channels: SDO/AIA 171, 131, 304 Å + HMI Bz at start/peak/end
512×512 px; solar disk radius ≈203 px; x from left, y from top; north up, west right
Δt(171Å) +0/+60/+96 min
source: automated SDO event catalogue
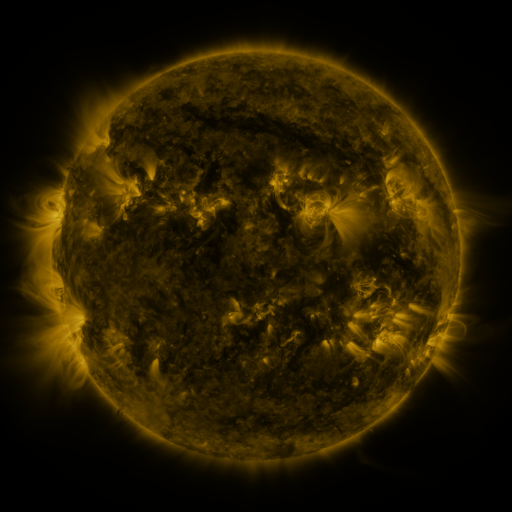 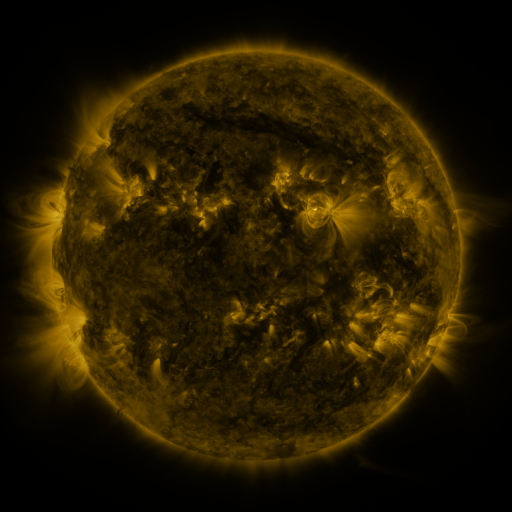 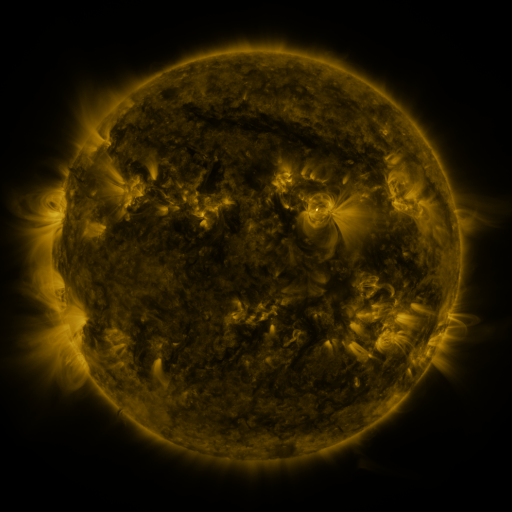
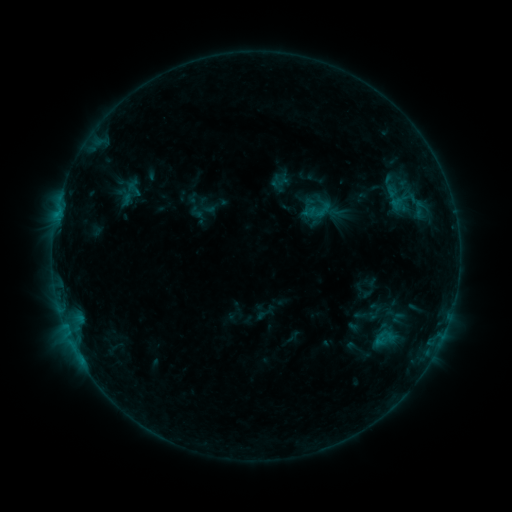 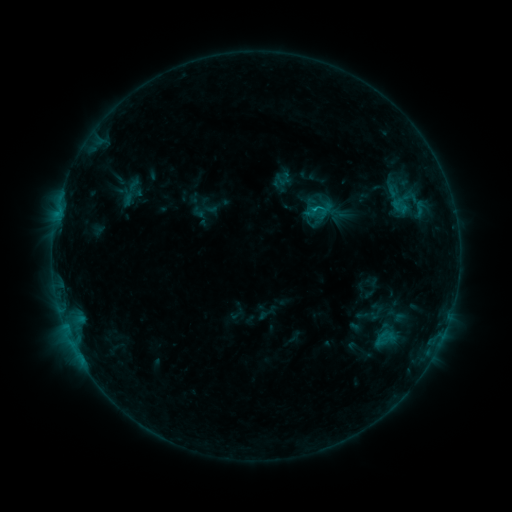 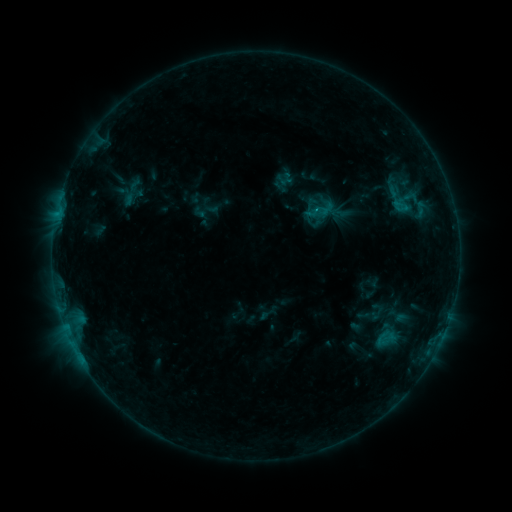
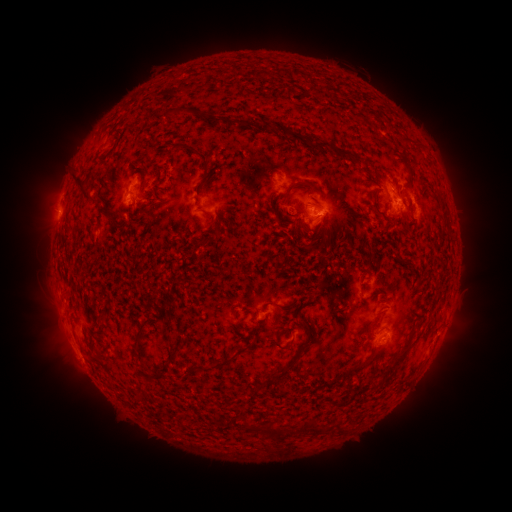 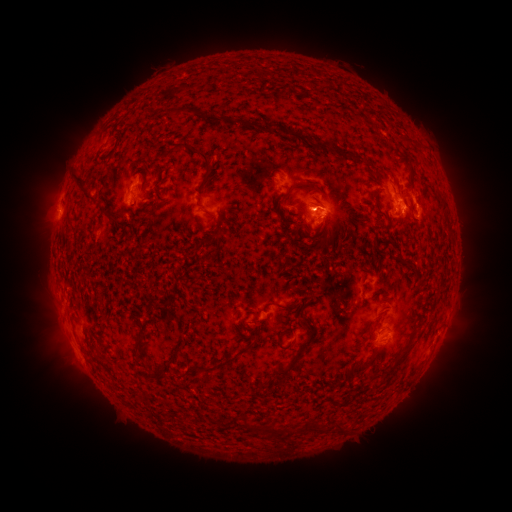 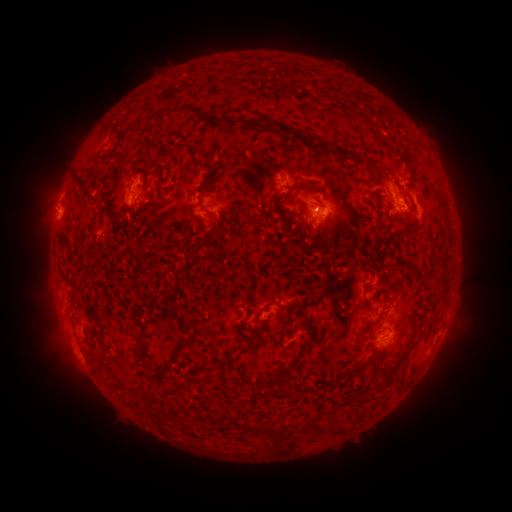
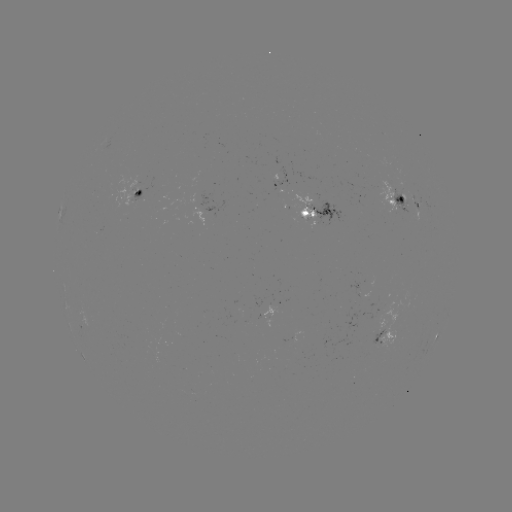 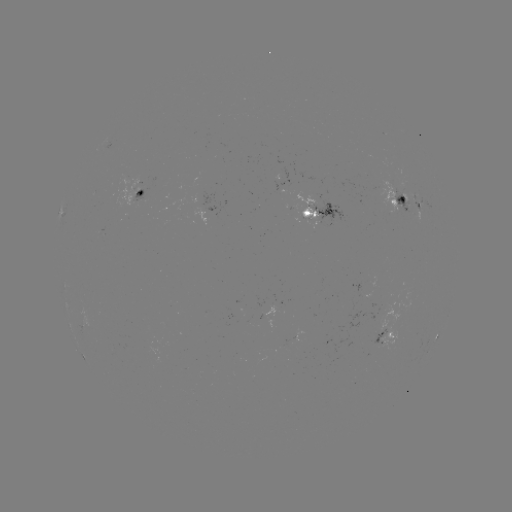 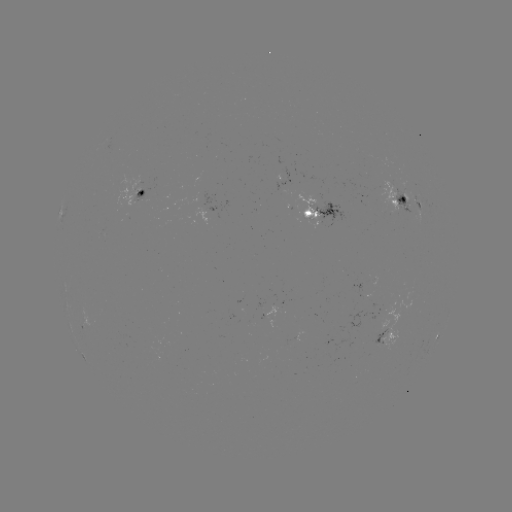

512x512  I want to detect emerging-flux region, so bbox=[260, 308, 274, 325].